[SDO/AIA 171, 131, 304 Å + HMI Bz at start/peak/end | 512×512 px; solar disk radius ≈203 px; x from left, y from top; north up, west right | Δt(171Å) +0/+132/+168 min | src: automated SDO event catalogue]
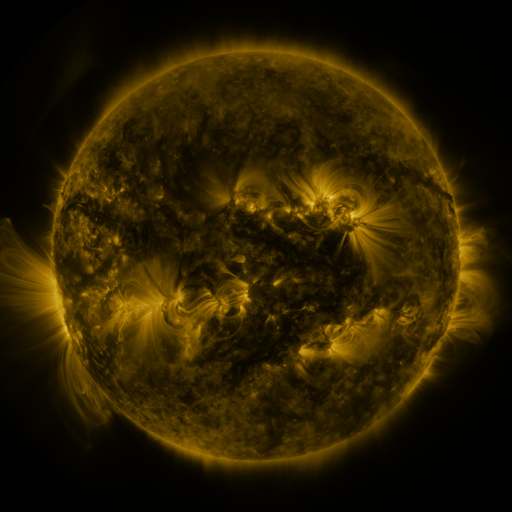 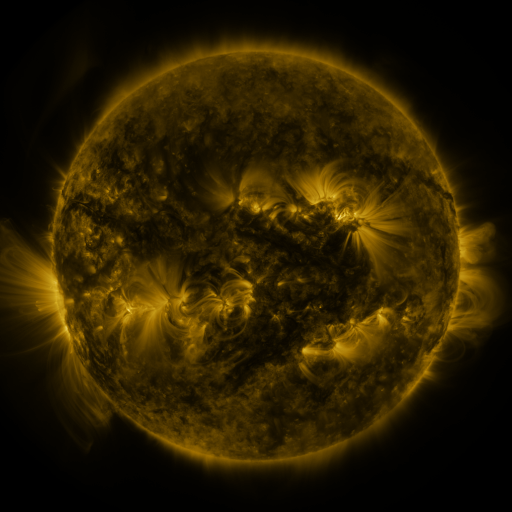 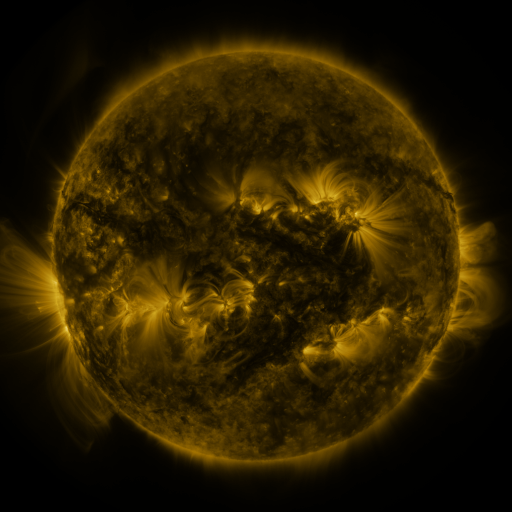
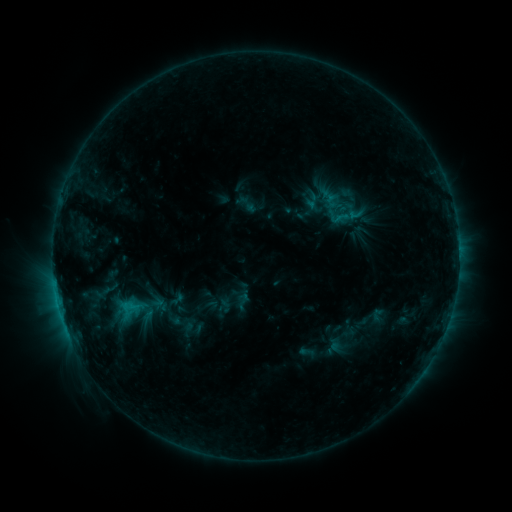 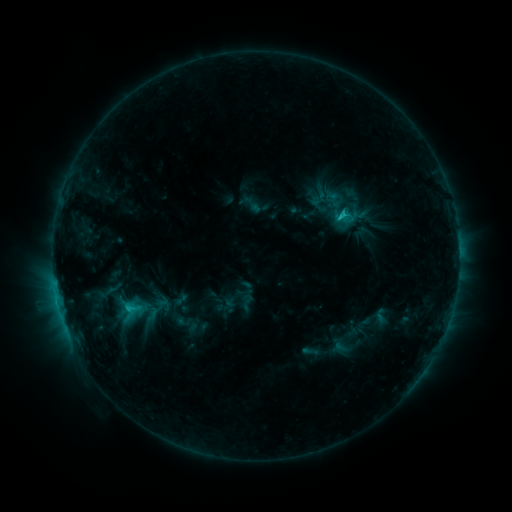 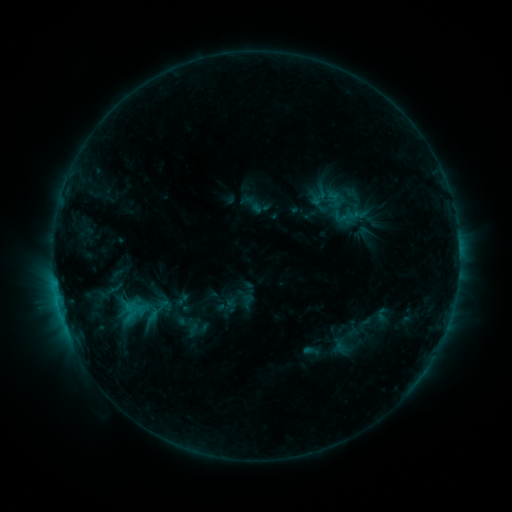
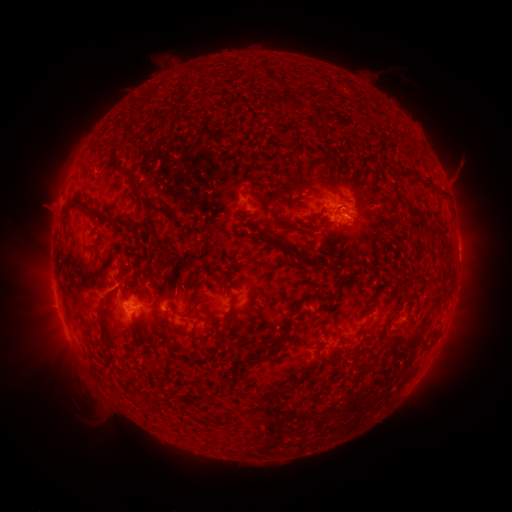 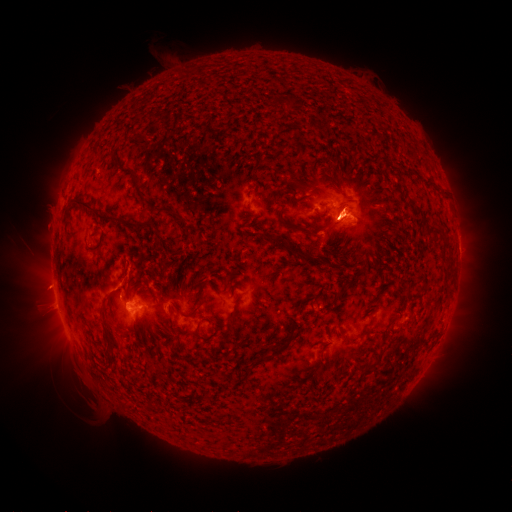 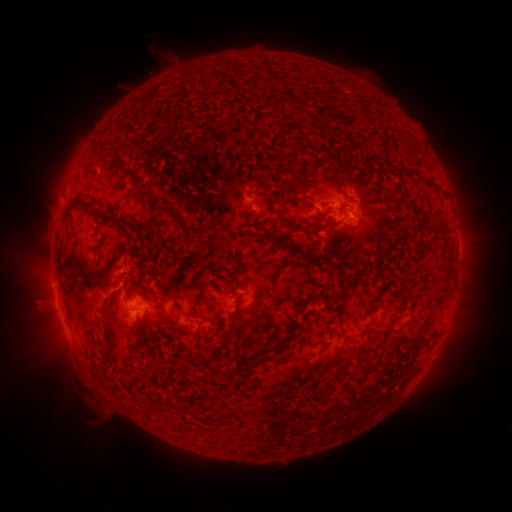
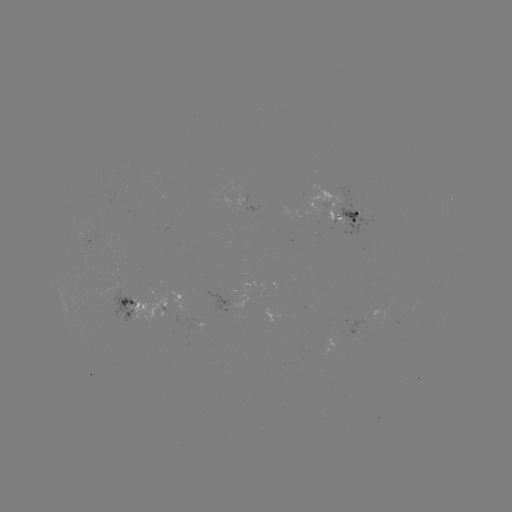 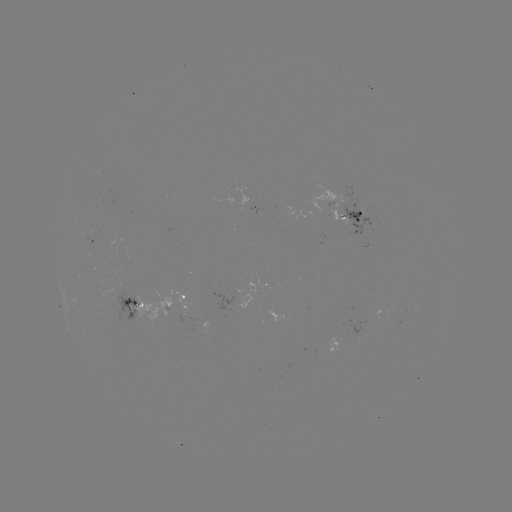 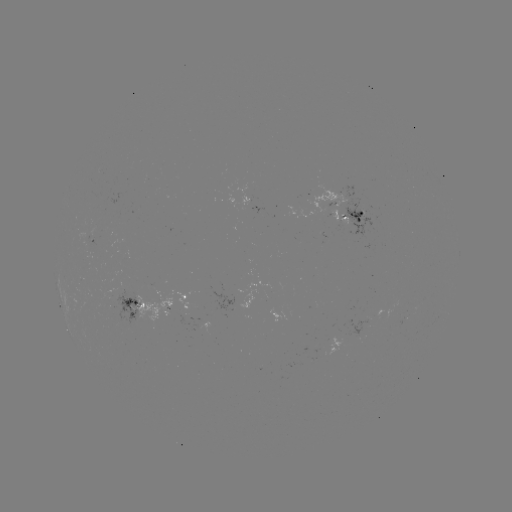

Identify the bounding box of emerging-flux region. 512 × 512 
[317, 232, 325, 242].